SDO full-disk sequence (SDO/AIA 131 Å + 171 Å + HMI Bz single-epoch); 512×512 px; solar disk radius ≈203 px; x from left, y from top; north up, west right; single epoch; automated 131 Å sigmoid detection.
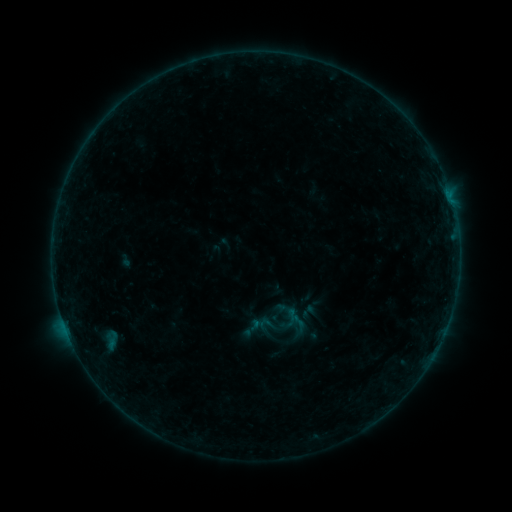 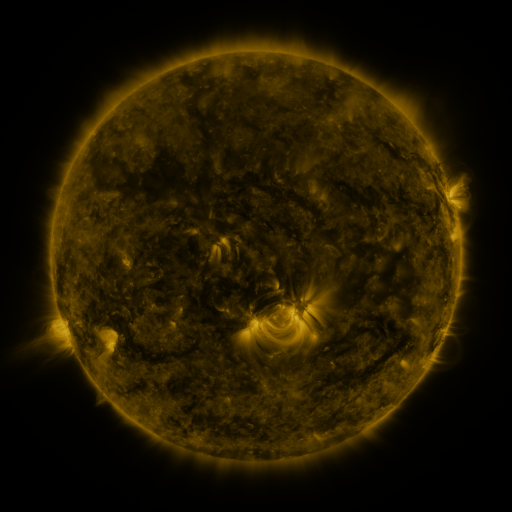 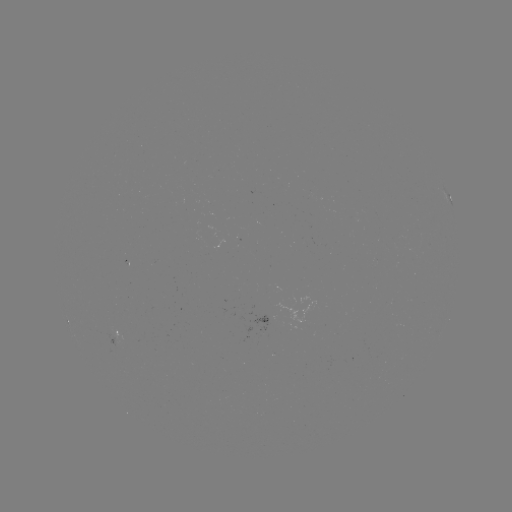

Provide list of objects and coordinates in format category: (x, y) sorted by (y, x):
sigmoid: (308, 312)
